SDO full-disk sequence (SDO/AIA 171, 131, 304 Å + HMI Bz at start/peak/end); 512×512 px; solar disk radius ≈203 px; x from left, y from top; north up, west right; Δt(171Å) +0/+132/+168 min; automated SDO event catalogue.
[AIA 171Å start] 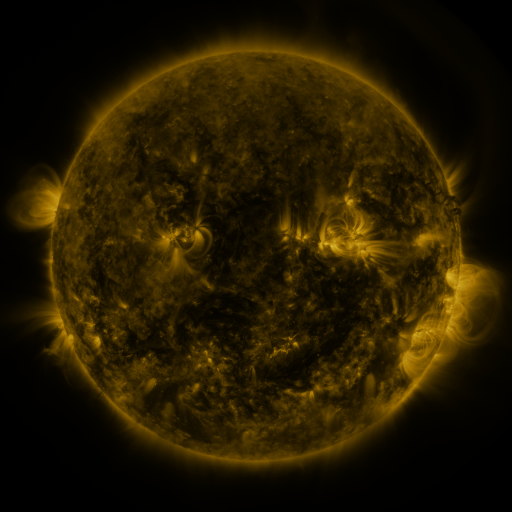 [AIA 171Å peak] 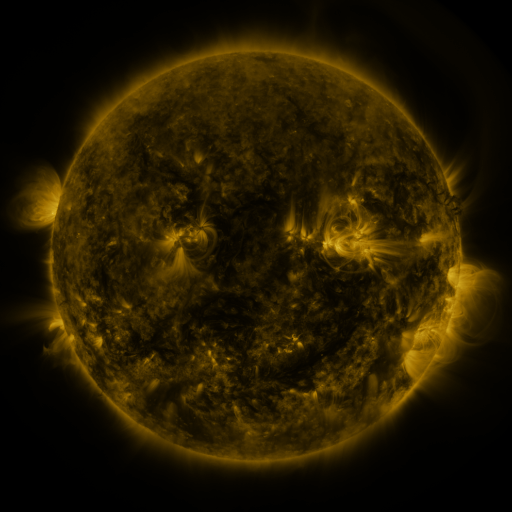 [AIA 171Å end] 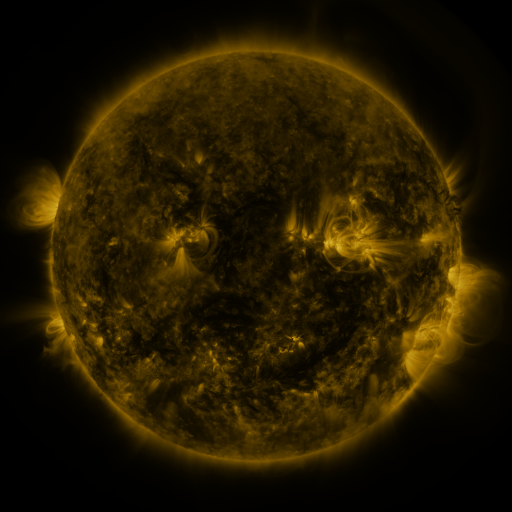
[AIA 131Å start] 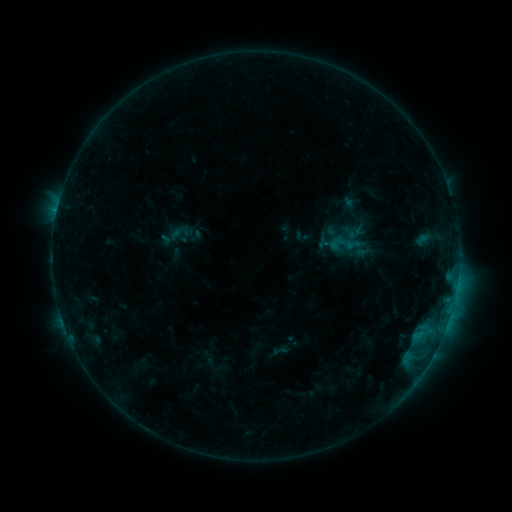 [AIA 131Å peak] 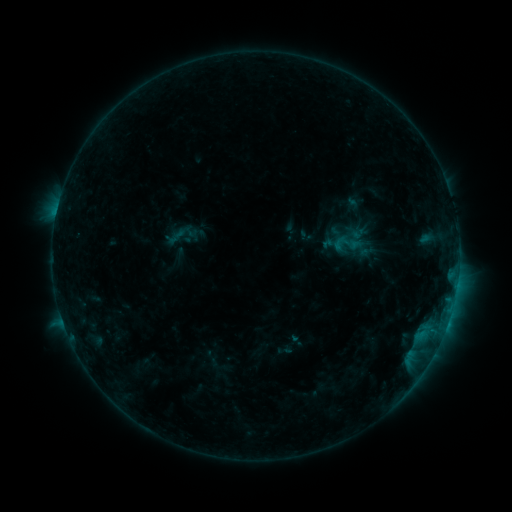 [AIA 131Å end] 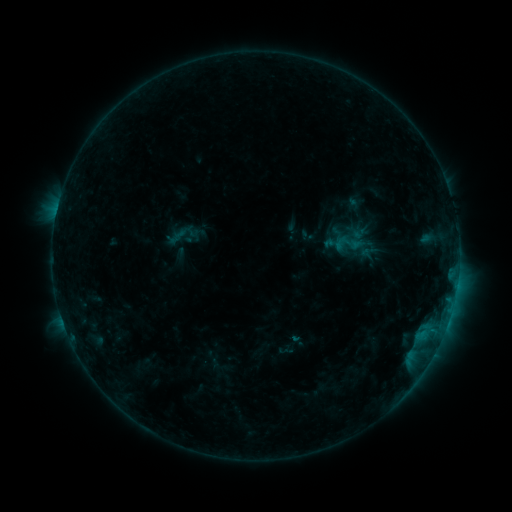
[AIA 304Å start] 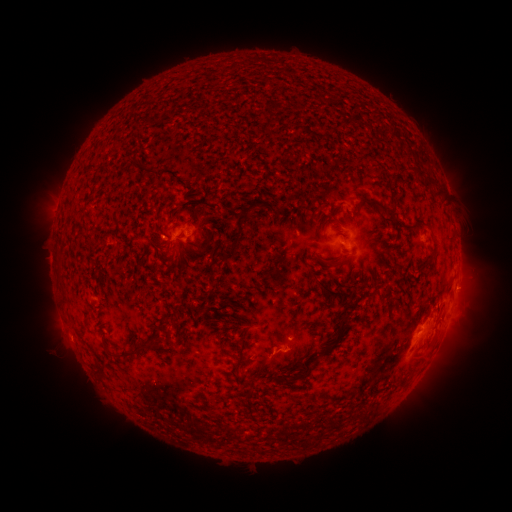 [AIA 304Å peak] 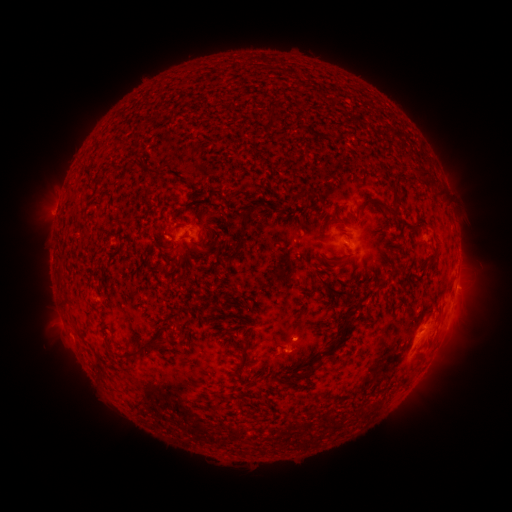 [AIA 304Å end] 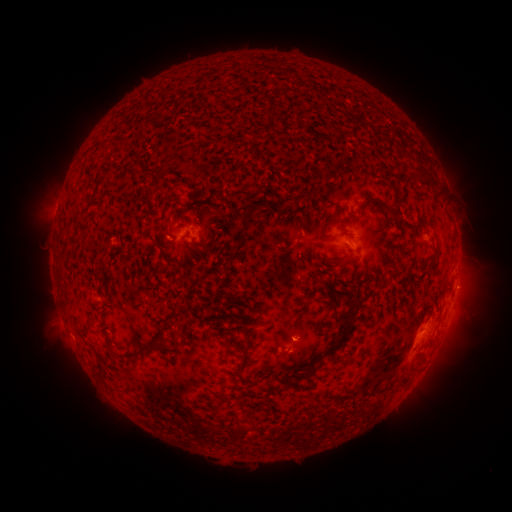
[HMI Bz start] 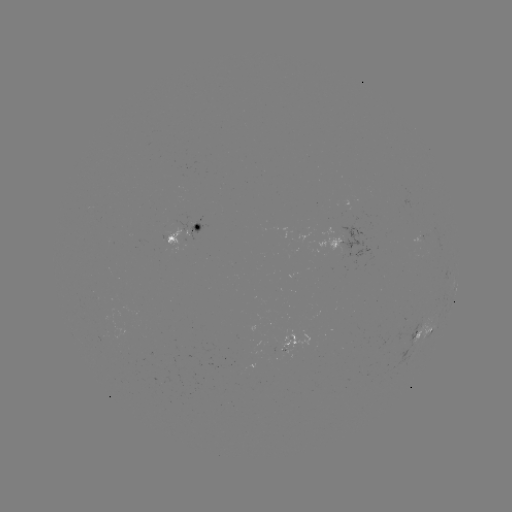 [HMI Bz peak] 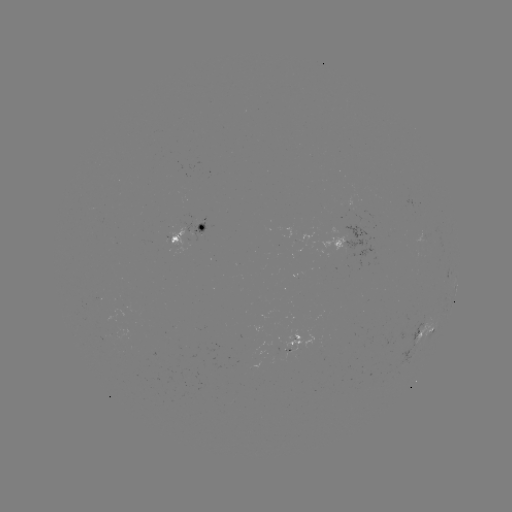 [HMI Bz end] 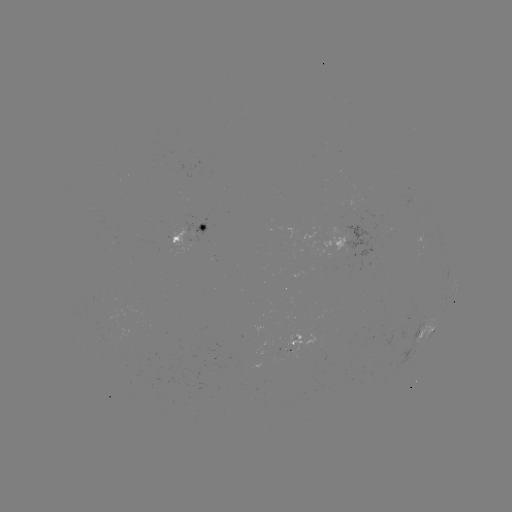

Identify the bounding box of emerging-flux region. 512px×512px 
[283, 330, 312, 358].